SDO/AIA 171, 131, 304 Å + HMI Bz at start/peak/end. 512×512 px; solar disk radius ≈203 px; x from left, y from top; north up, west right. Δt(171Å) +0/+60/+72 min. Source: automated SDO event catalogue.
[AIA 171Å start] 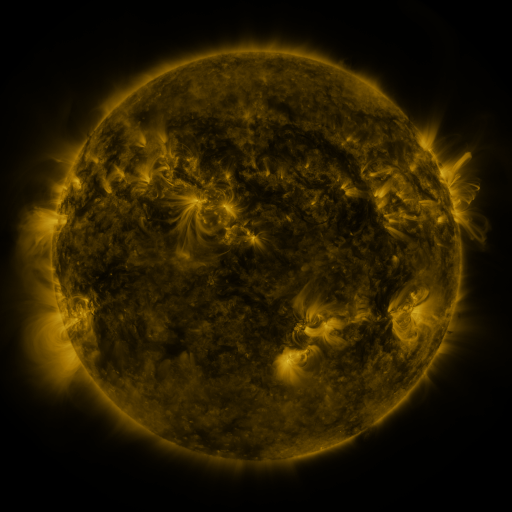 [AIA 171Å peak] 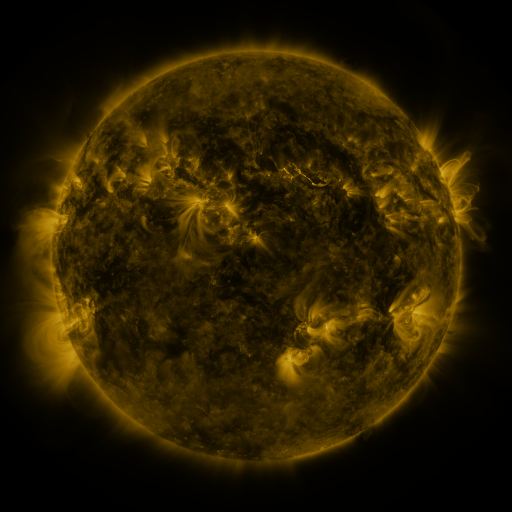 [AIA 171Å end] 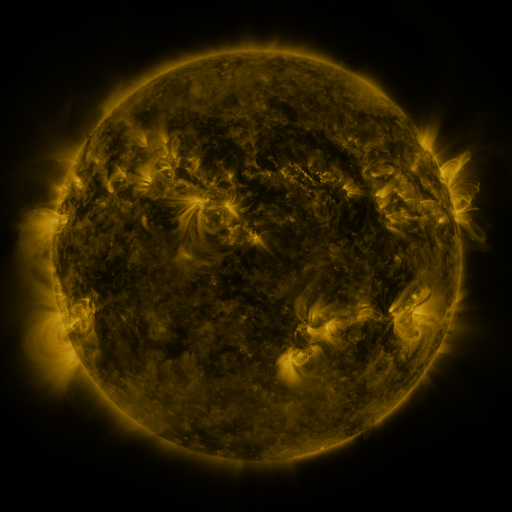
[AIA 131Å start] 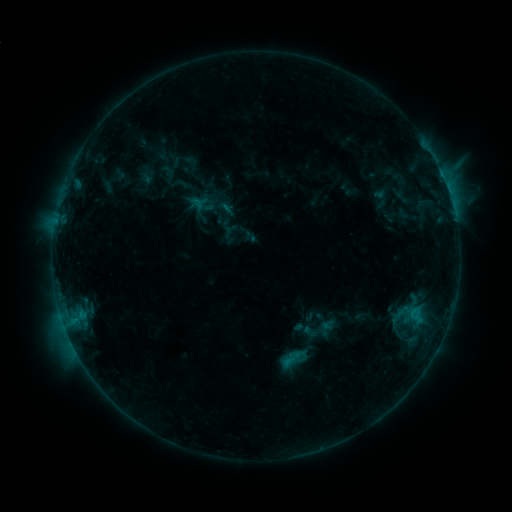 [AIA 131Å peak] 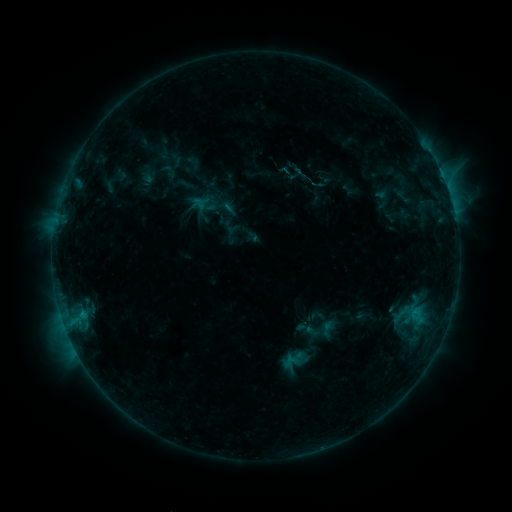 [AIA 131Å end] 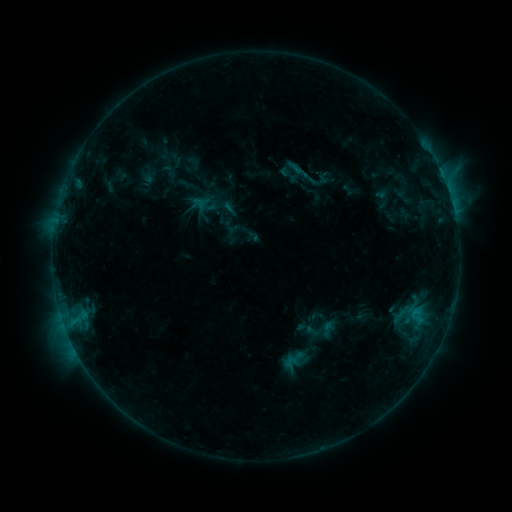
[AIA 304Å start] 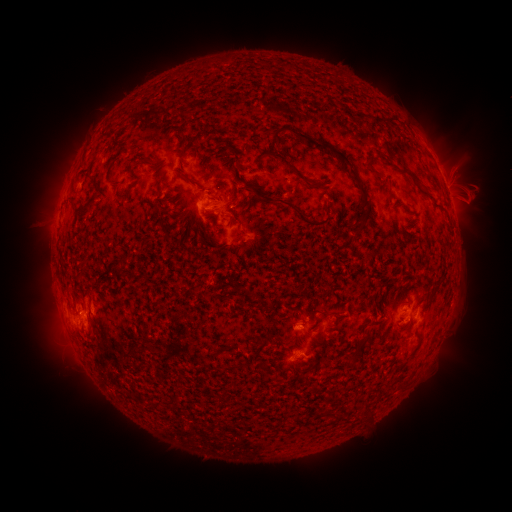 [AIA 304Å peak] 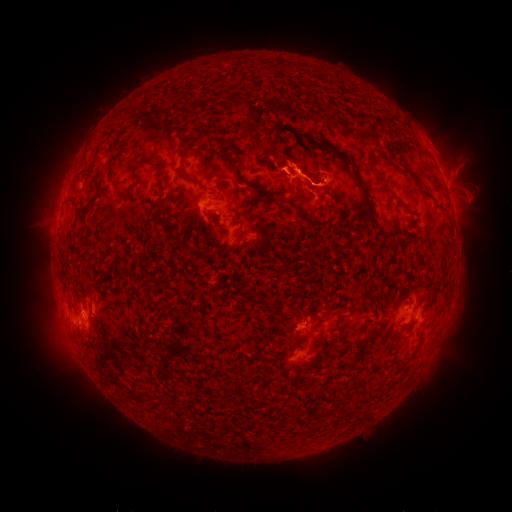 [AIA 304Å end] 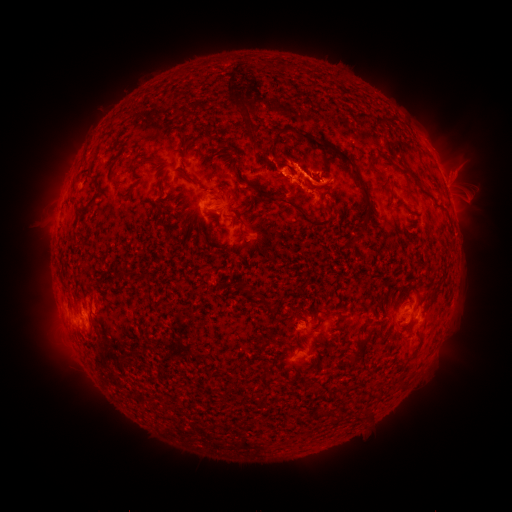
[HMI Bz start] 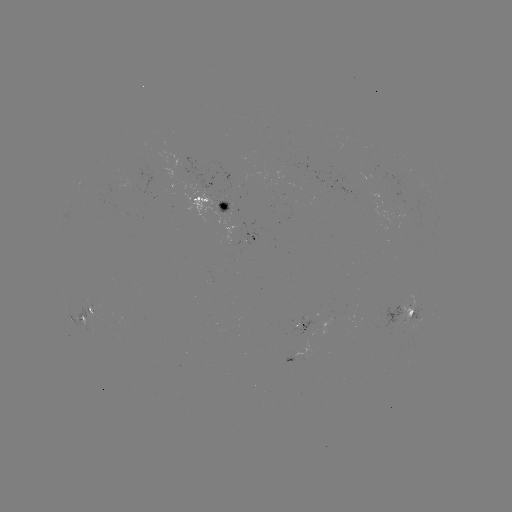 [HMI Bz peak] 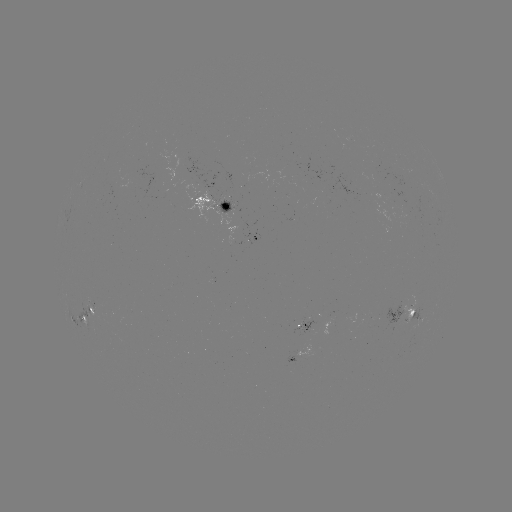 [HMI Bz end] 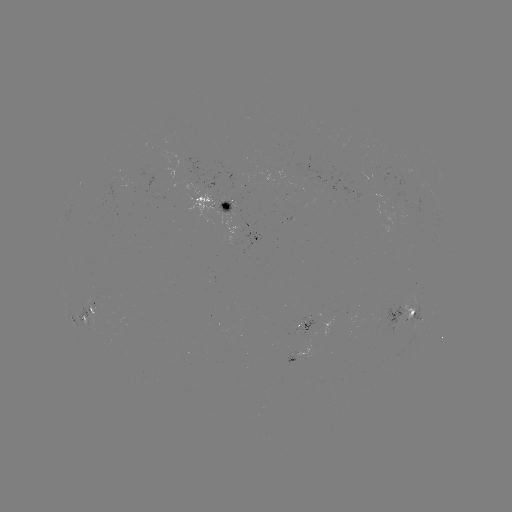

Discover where emerging-flux region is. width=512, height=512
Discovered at [416, 308].